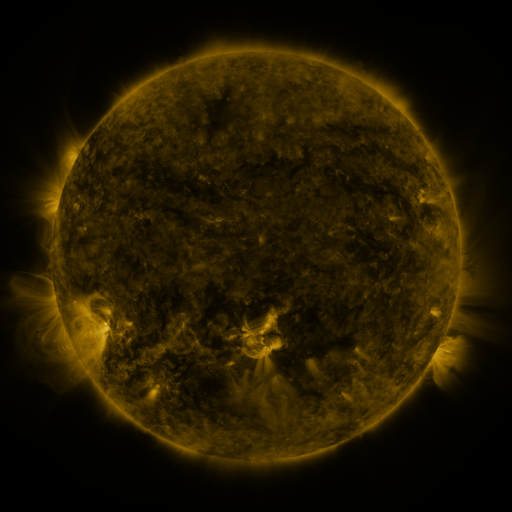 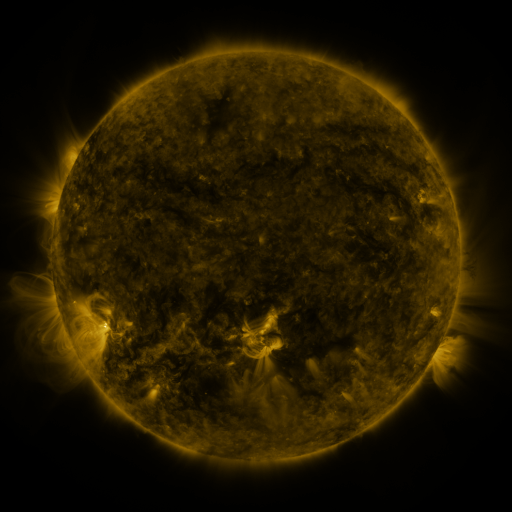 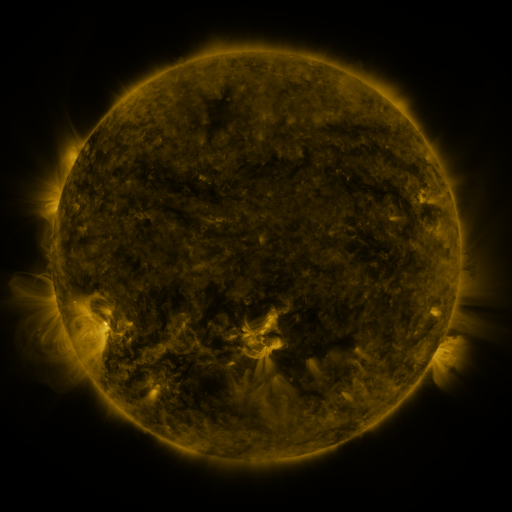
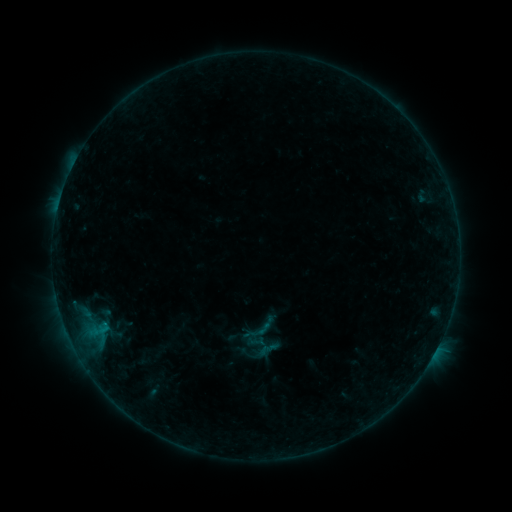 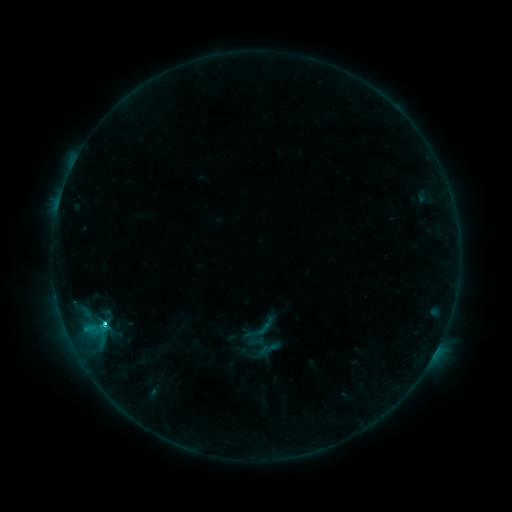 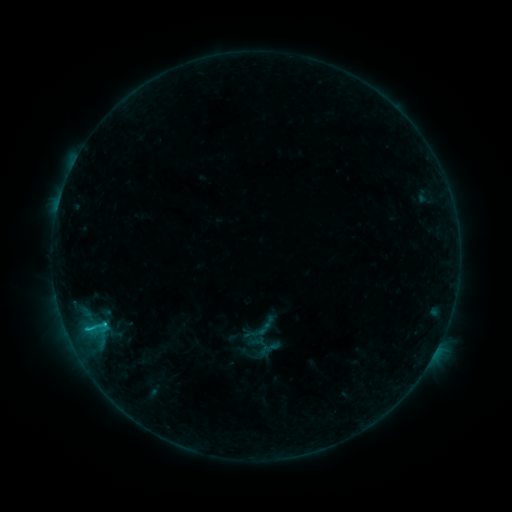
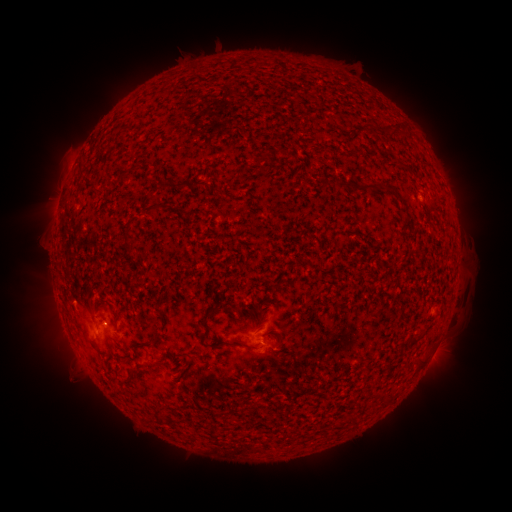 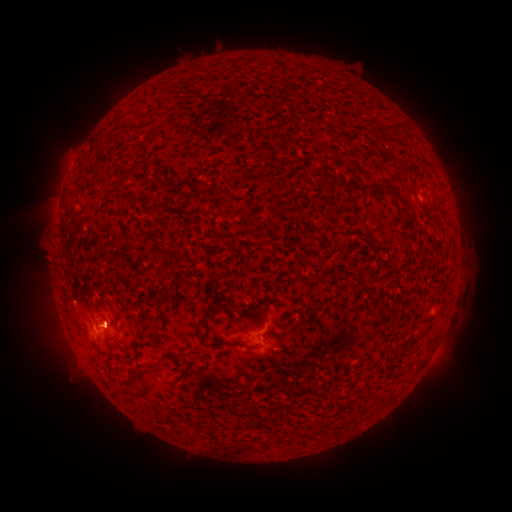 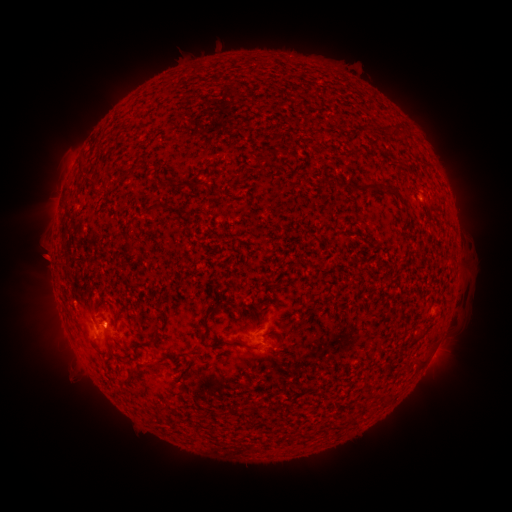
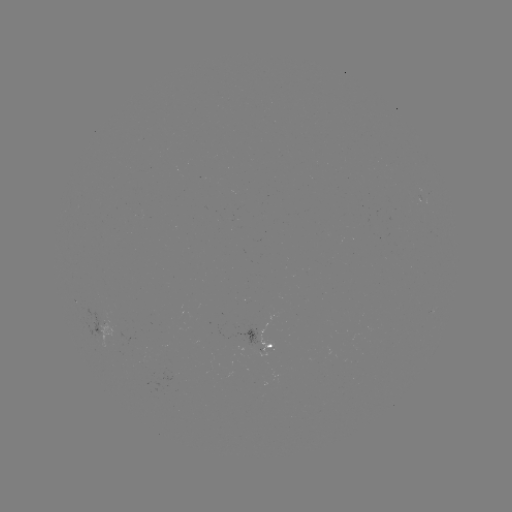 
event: flare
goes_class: C1.4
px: (103, 322)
